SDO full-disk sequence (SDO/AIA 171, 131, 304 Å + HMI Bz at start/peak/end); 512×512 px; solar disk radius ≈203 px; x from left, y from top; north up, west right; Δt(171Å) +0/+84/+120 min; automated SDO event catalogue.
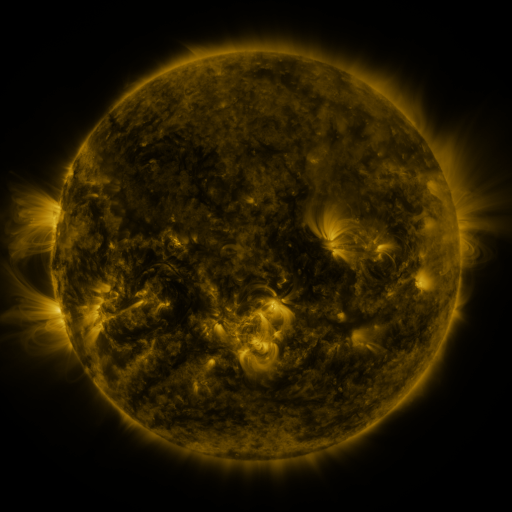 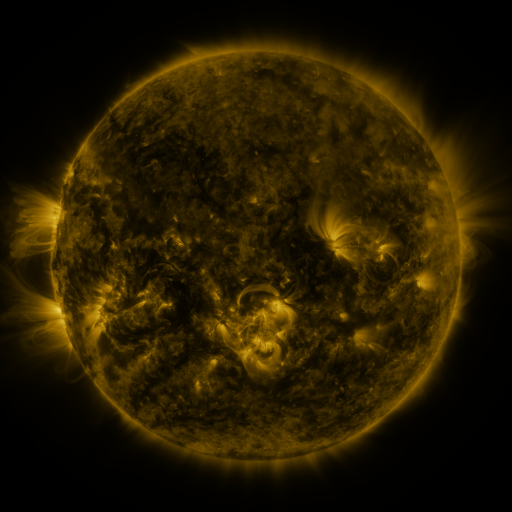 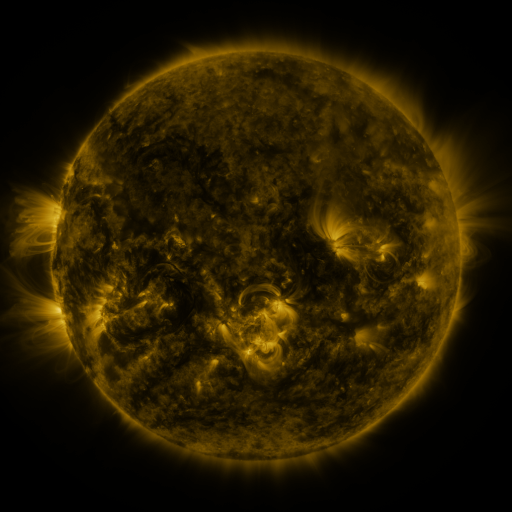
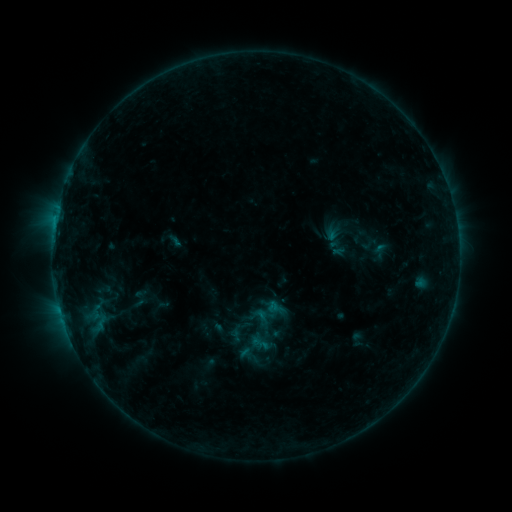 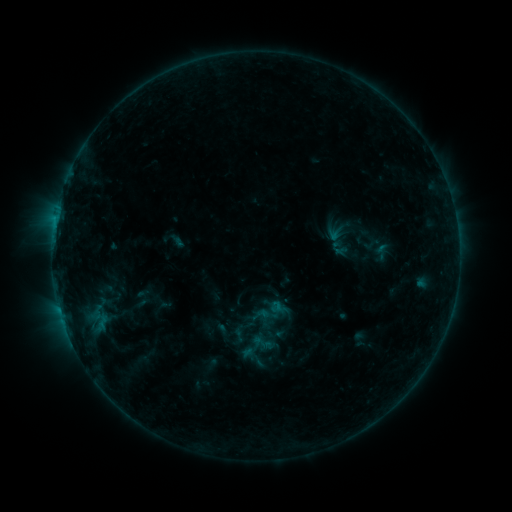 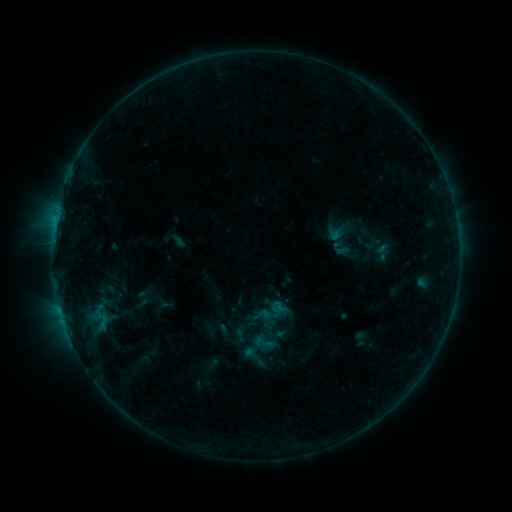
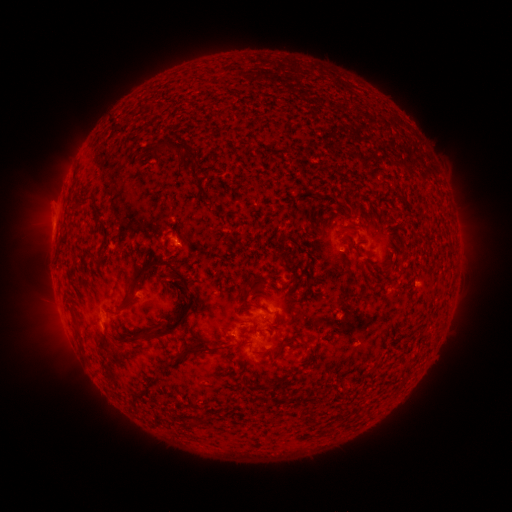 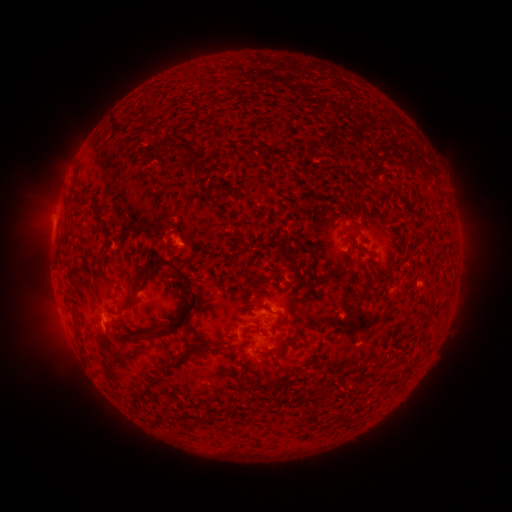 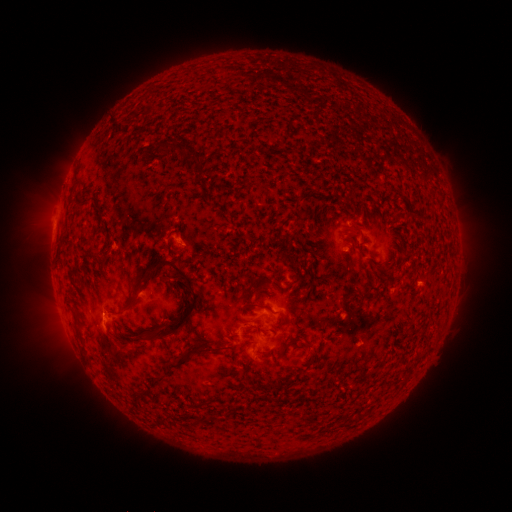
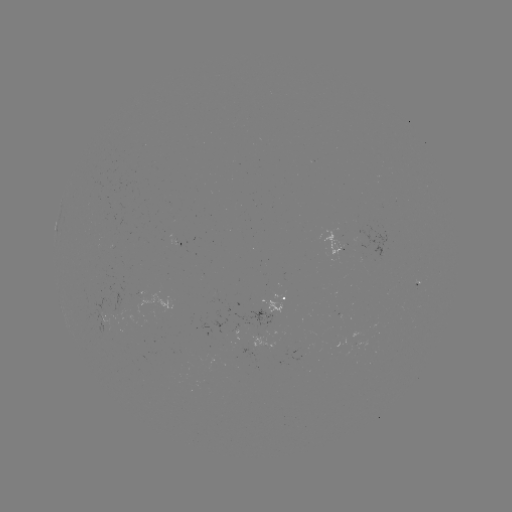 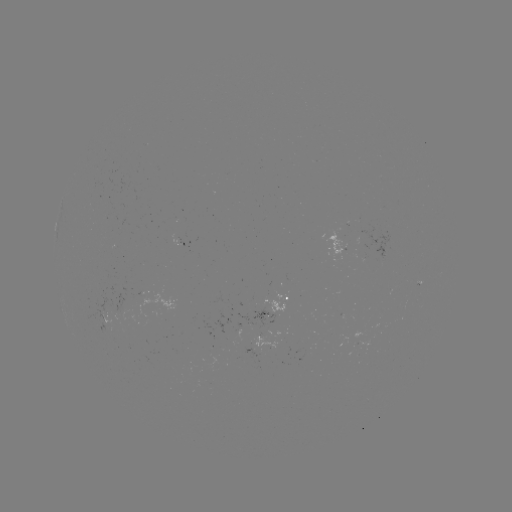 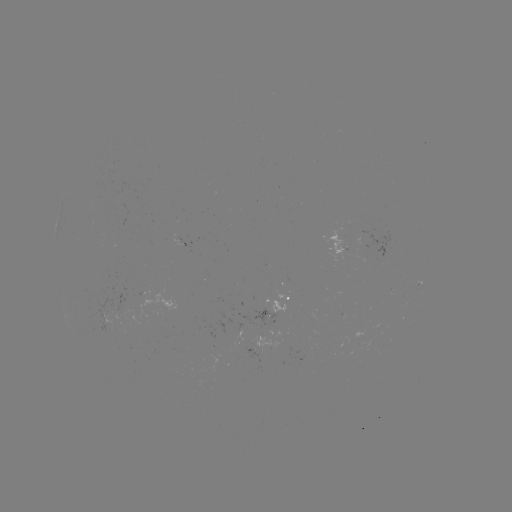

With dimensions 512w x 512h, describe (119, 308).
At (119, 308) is emerging-flux region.